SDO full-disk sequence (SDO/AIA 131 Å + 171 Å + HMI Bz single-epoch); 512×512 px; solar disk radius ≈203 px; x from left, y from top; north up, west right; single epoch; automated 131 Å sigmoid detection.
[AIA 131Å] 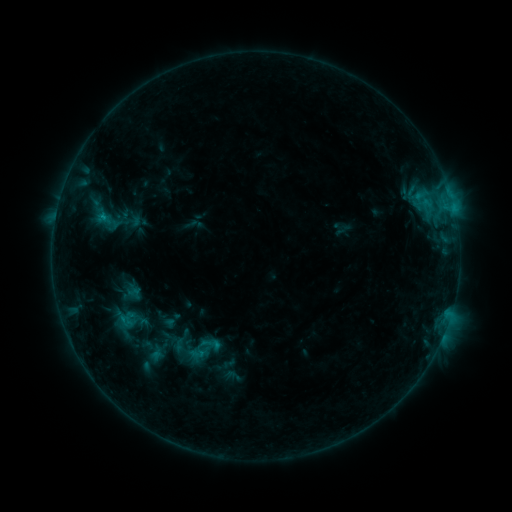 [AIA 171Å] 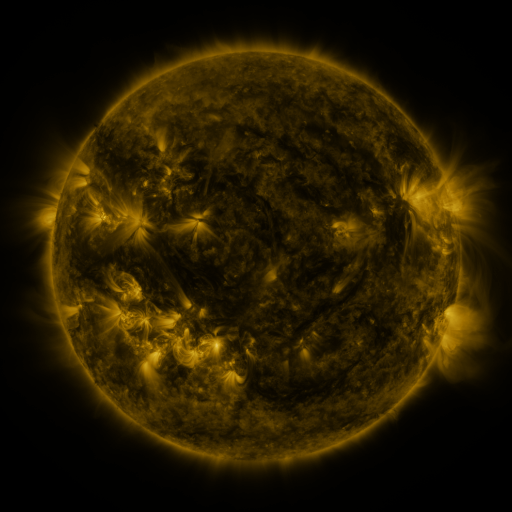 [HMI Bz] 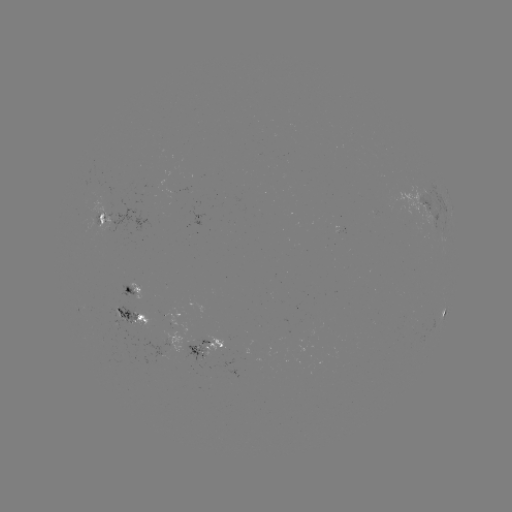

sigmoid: <bbox>95, 212, 115, 232</bbox>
